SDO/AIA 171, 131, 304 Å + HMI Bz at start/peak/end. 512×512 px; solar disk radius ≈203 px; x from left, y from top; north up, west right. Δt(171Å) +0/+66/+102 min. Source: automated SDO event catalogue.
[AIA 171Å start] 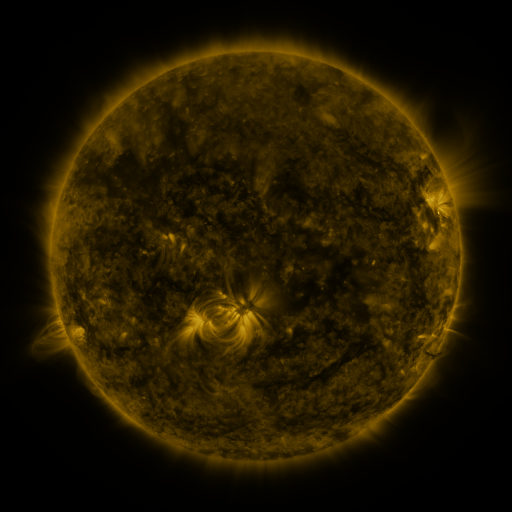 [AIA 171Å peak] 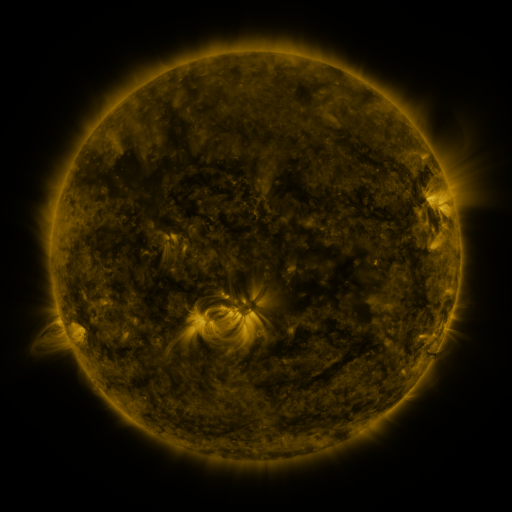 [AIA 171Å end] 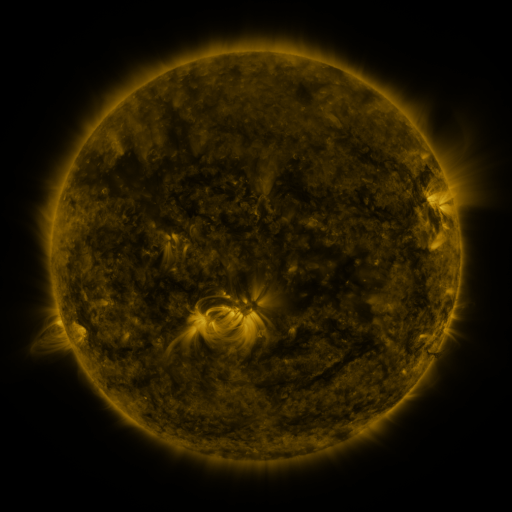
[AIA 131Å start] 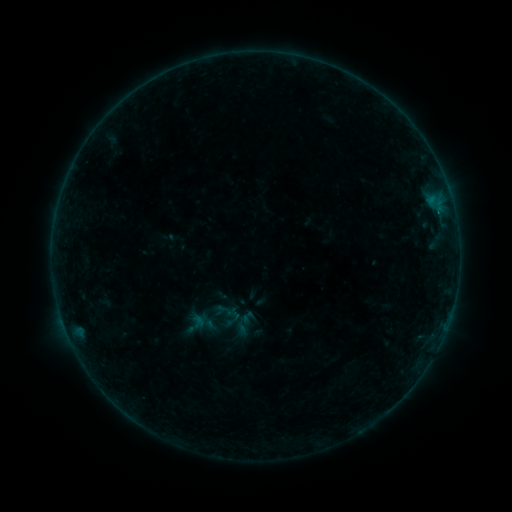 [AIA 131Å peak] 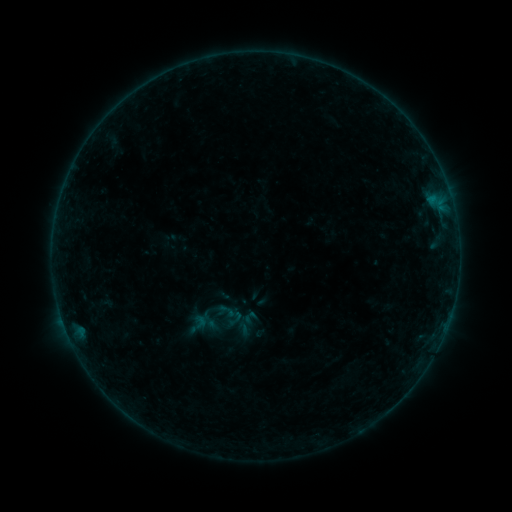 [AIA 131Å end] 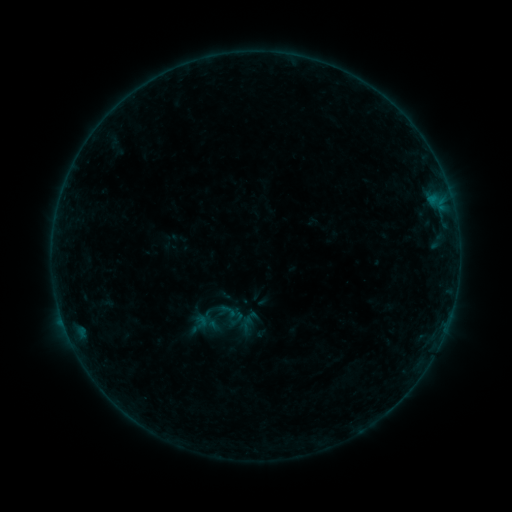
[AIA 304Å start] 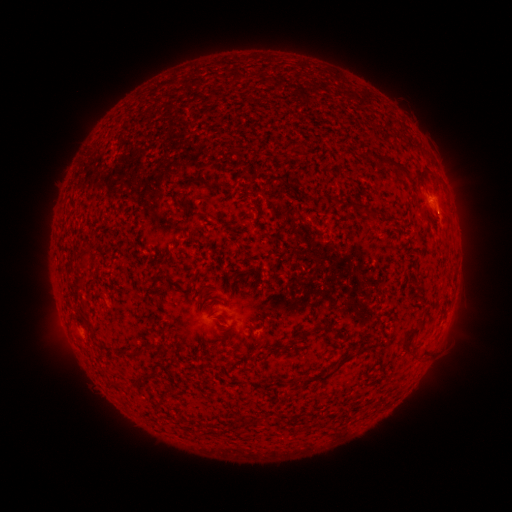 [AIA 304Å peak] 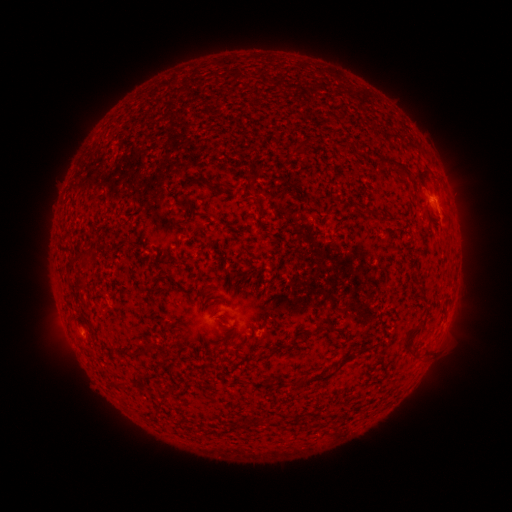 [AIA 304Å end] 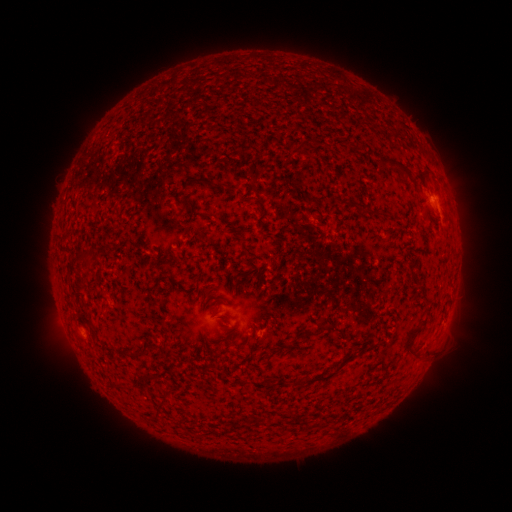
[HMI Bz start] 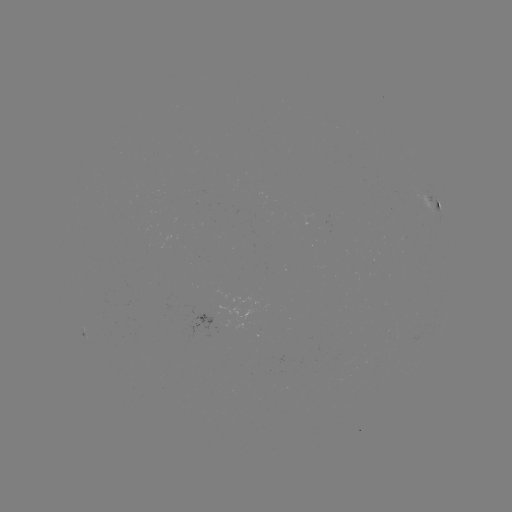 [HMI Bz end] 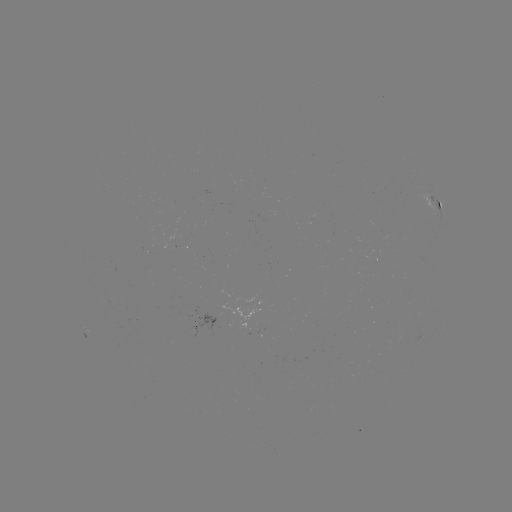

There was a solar emerging-flux region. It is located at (212, 317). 